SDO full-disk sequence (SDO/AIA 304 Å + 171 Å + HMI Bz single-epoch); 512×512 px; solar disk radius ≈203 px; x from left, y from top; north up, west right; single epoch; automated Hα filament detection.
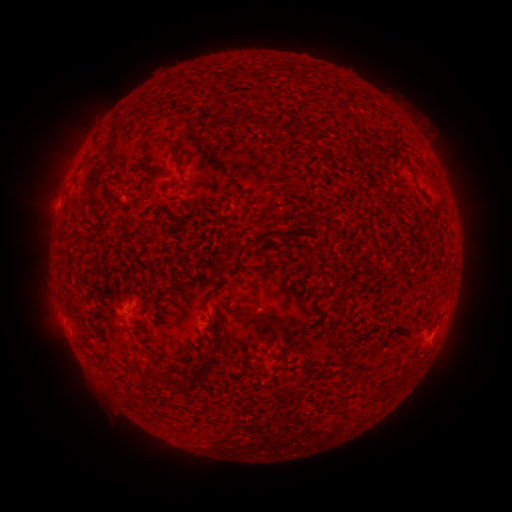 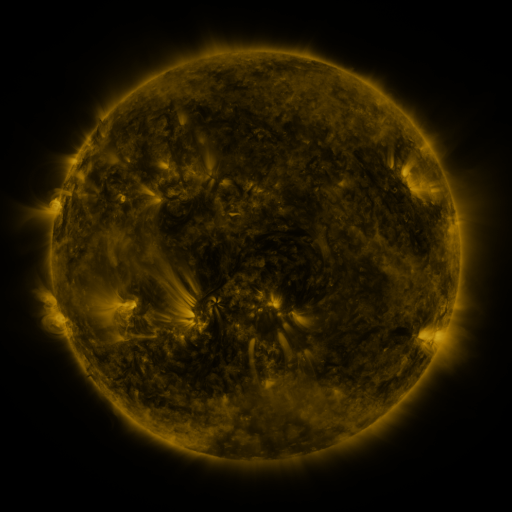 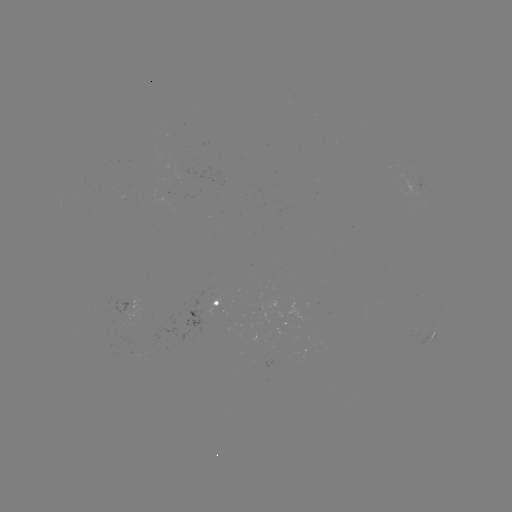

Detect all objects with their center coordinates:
filament: [268, 122, 280, 134]
filament: [170, 141, 181, 161]
filament: [402, 160, 416, 176]
filament: [110, 173, 128, 185]
filament: [101, 189, 114, 204]
filament: [365, 193, 375, 215]
filament: [74, 225, 85, 237]
filament: [216, 257, 228, 276]
filament: [200, 291, 214, 316]
filament: [203, 354, 213, 364]
filament: [359, 391, 374, 403]
